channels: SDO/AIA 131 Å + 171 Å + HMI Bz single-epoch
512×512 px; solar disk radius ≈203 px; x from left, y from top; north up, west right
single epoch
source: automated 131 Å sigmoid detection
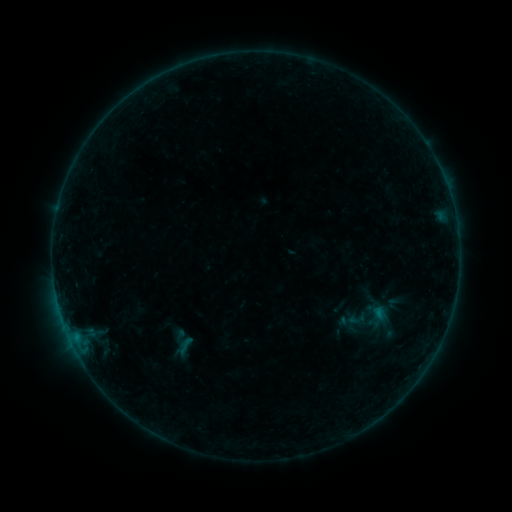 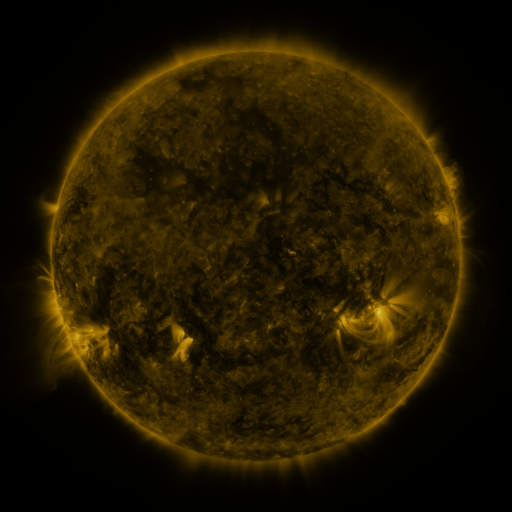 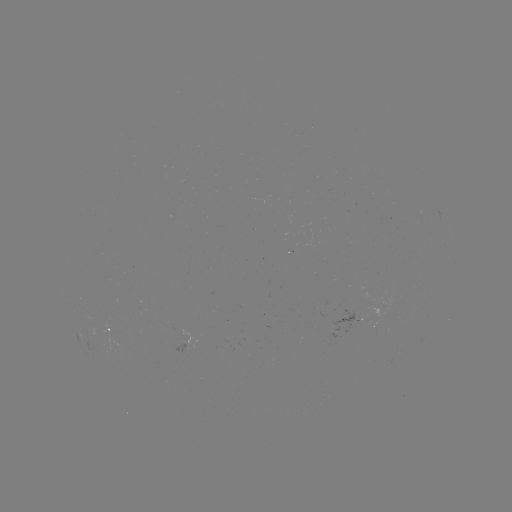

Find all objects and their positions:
sigmoid: (173, 334, 198, 355)
